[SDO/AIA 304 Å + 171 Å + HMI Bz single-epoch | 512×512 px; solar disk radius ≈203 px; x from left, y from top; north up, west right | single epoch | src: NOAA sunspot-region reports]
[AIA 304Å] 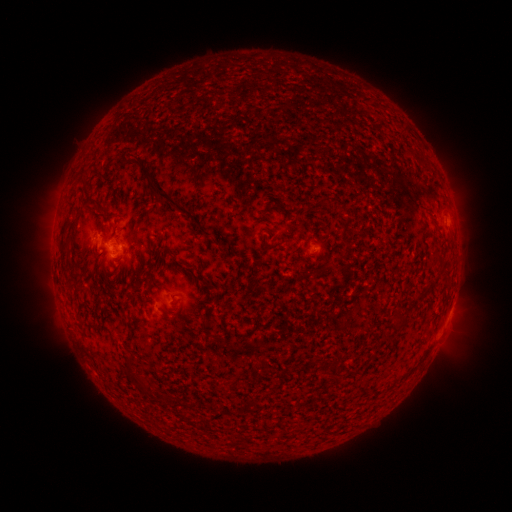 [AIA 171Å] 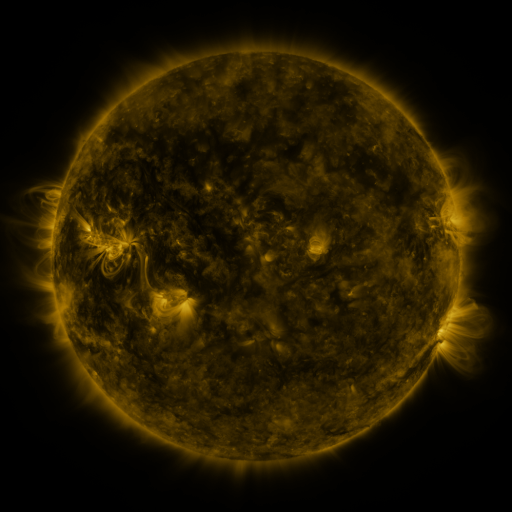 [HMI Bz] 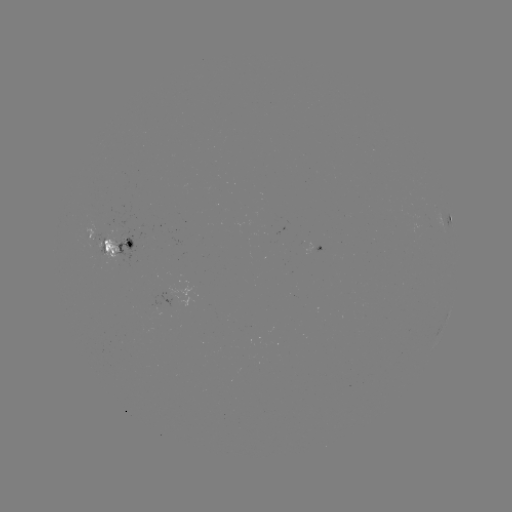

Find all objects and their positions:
spotted active region: (450, 215)
spotted active region: (117, 253)
spotted active region: (315, 262)
